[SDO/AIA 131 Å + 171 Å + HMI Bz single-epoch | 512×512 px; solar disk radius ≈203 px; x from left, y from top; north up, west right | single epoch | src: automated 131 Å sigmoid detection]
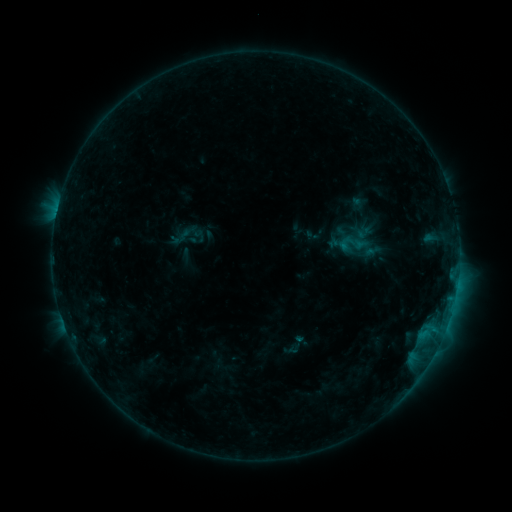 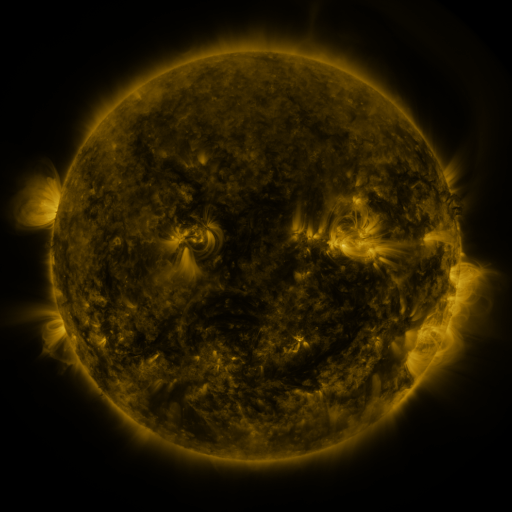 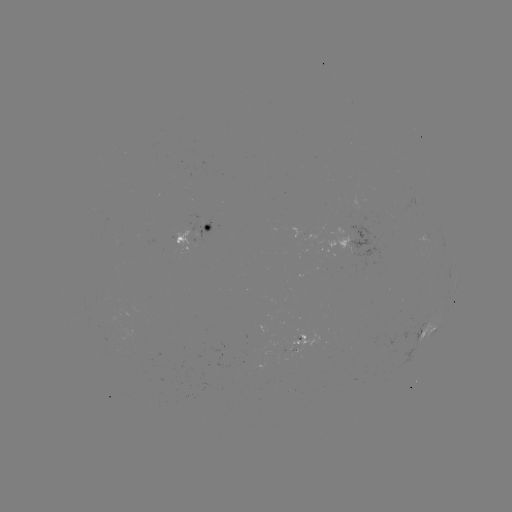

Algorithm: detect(sigmoid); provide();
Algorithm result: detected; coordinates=[353, 244]